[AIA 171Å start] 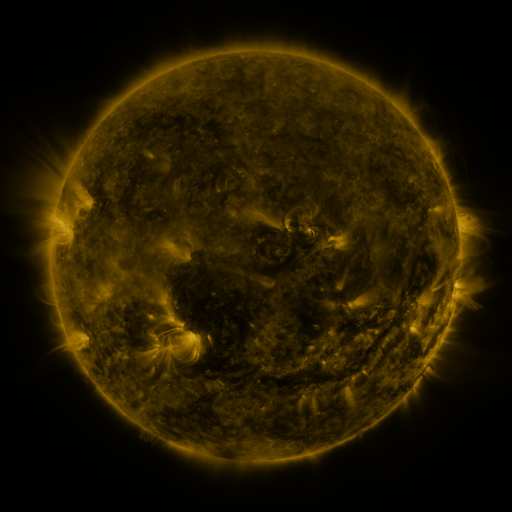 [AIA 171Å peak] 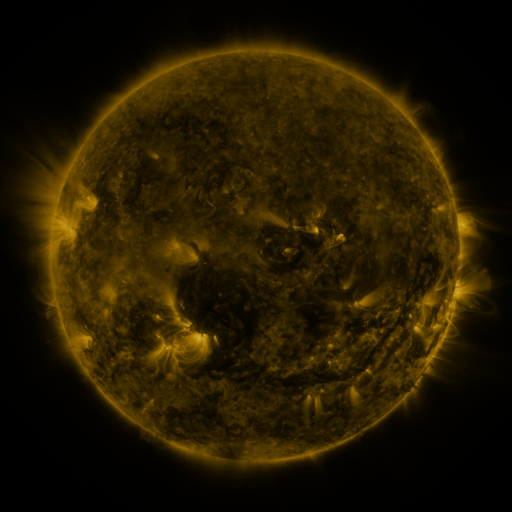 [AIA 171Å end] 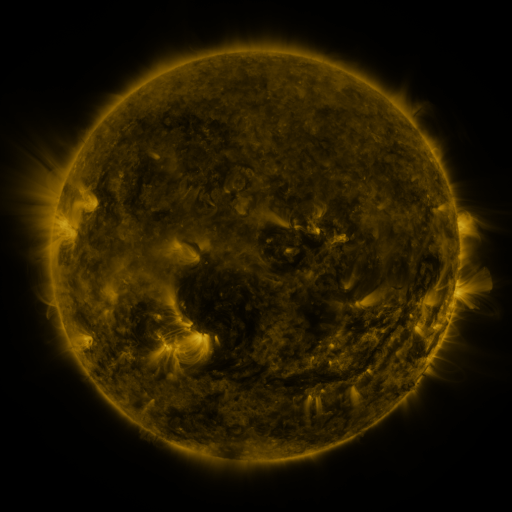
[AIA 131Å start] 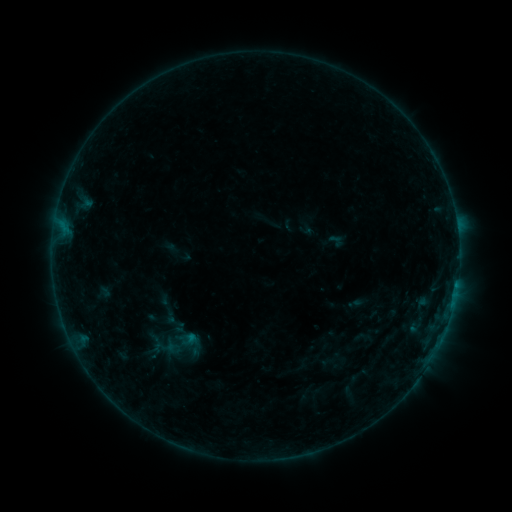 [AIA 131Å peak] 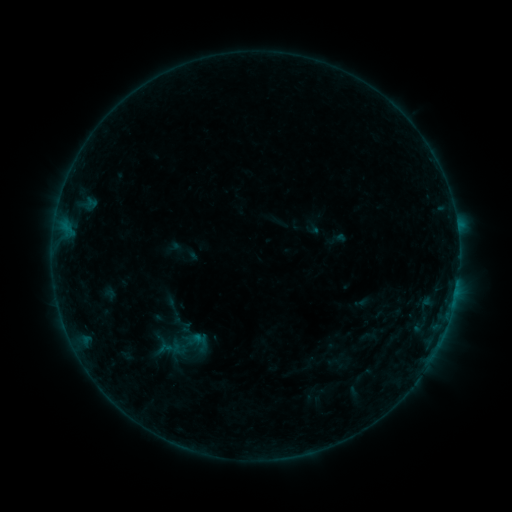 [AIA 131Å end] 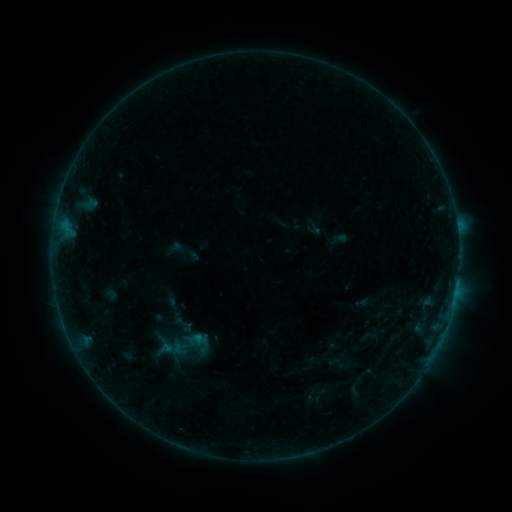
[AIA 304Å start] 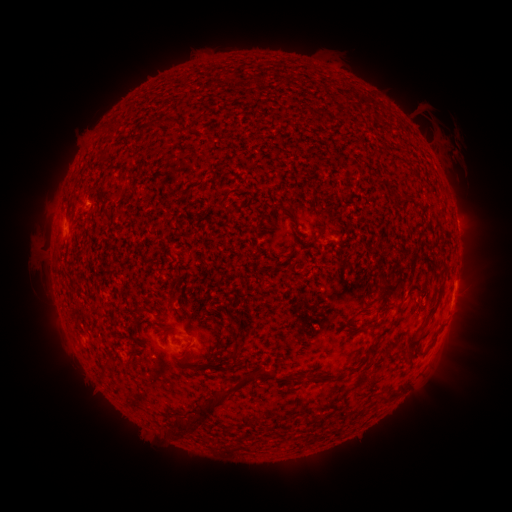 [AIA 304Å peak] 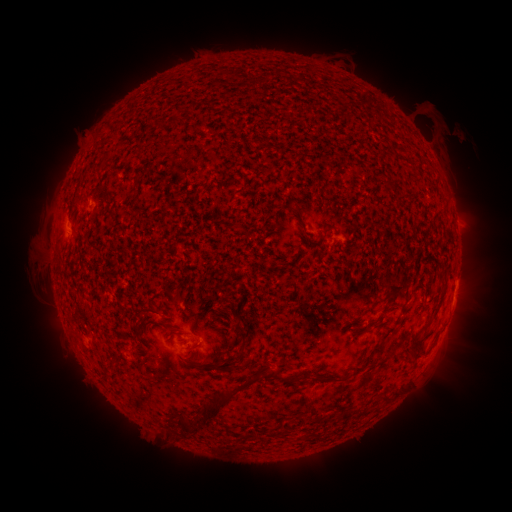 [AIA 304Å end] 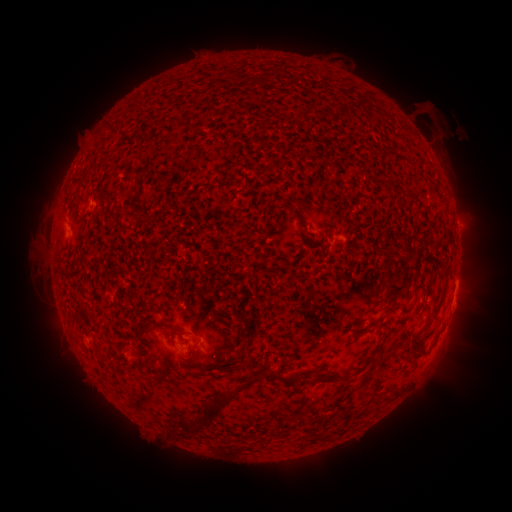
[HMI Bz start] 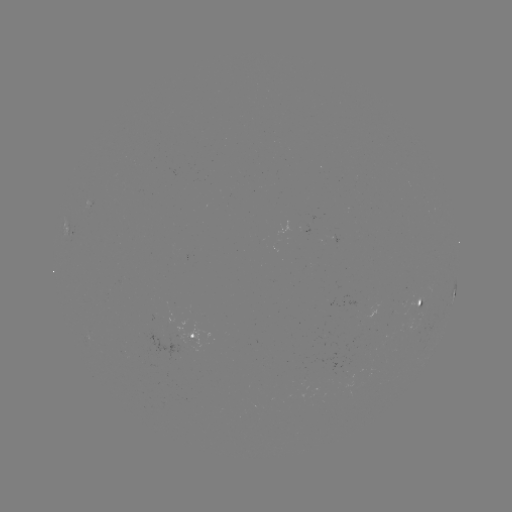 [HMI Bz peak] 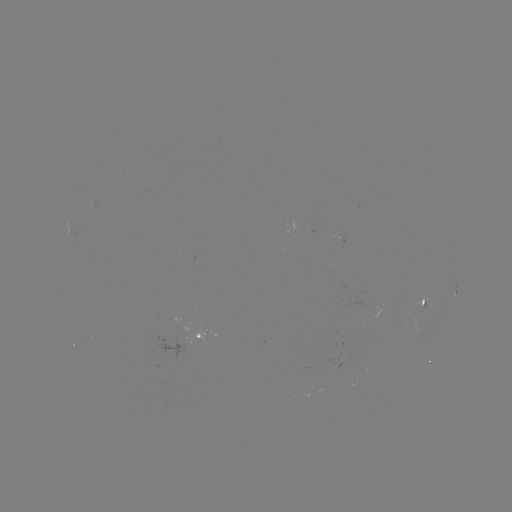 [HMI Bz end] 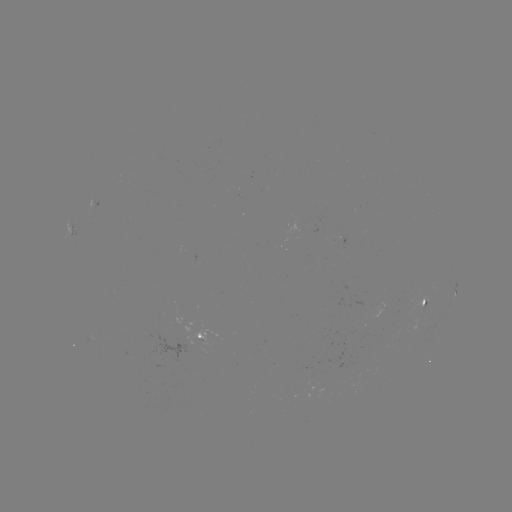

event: emerging-flux region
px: (419, 307)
